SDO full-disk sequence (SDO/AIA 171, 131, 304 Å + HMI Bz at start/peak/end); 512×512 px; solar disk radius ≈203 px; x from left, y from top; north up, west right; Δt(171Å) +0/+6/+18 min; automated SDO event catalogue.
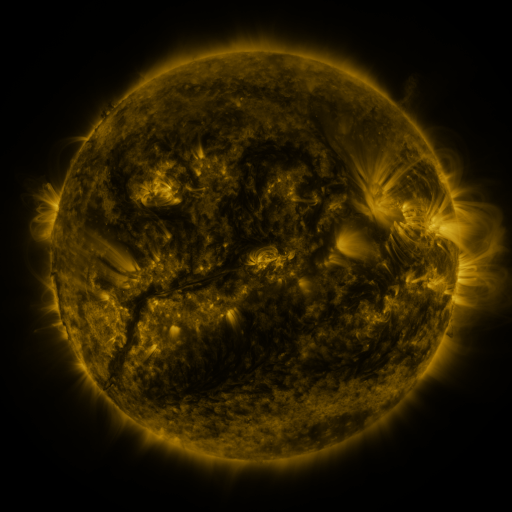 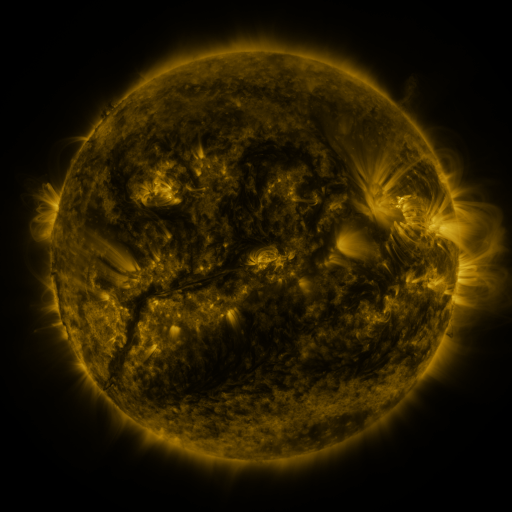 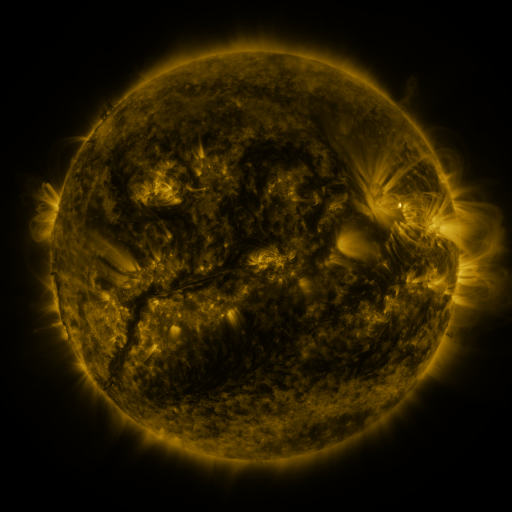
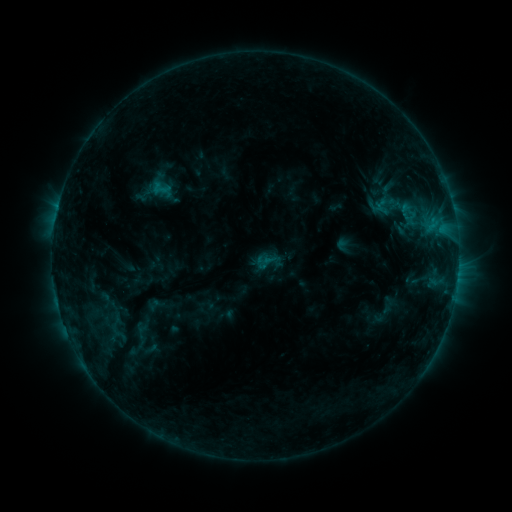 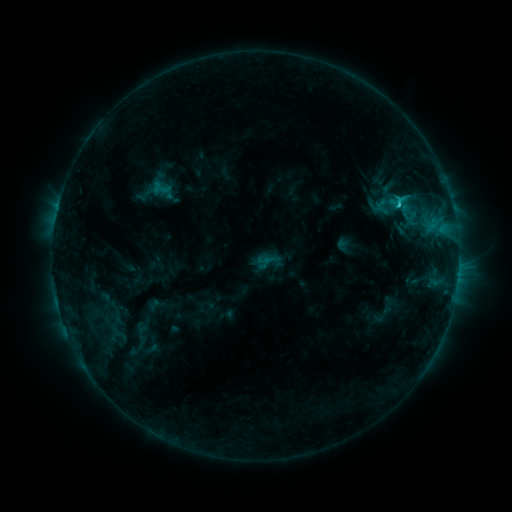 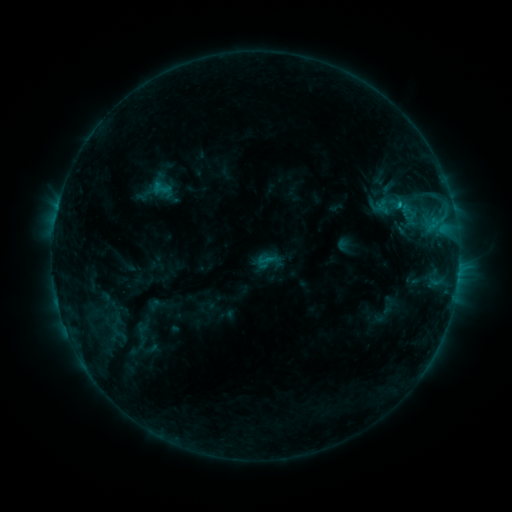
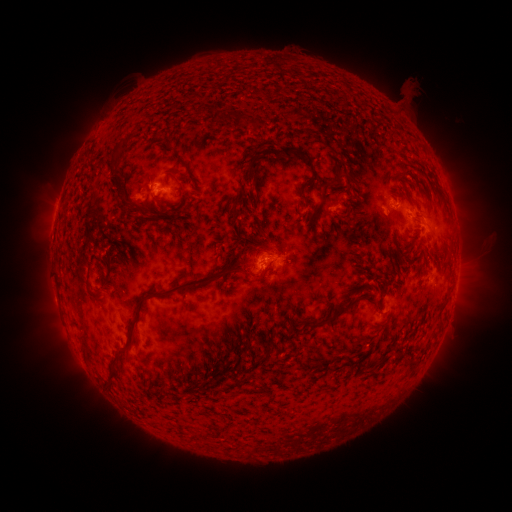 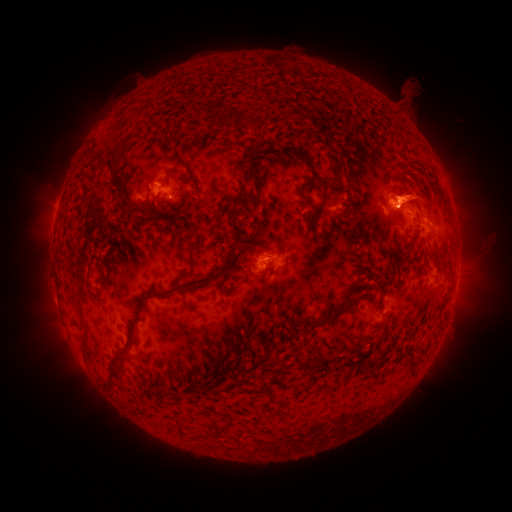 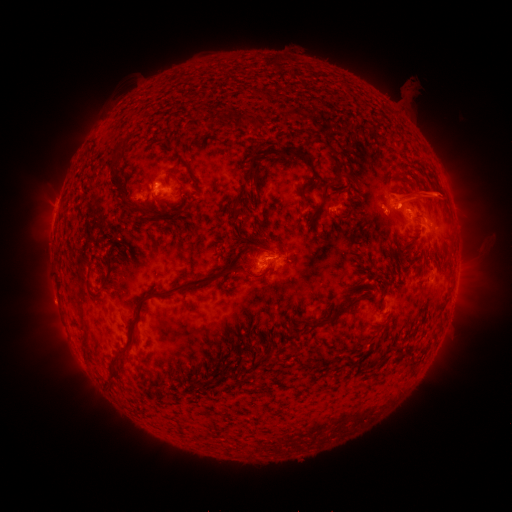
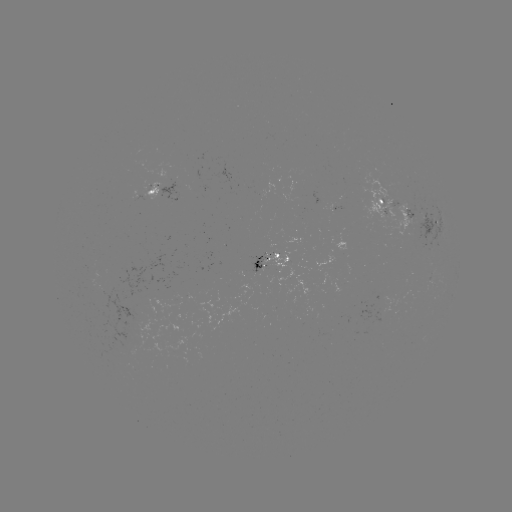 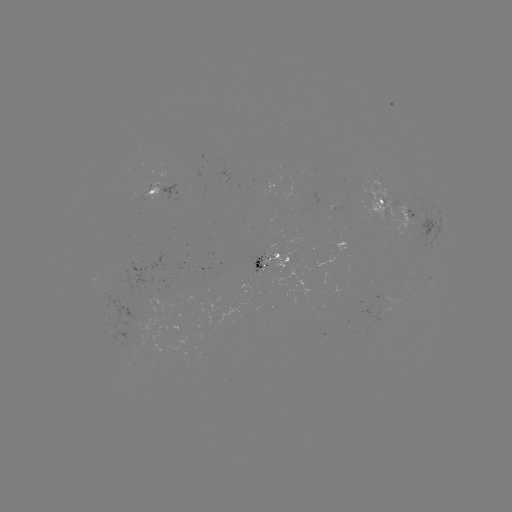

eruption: (359, 163, 465, 242)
